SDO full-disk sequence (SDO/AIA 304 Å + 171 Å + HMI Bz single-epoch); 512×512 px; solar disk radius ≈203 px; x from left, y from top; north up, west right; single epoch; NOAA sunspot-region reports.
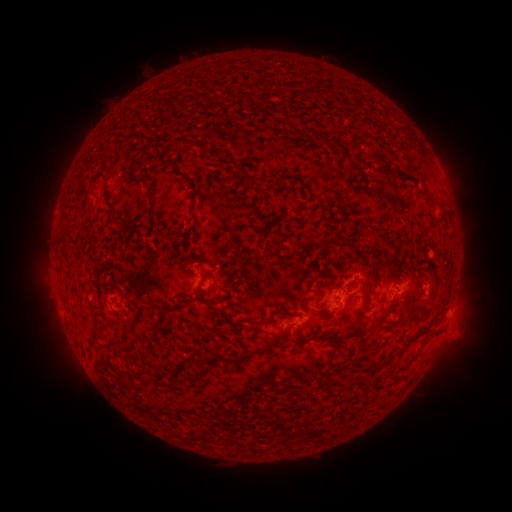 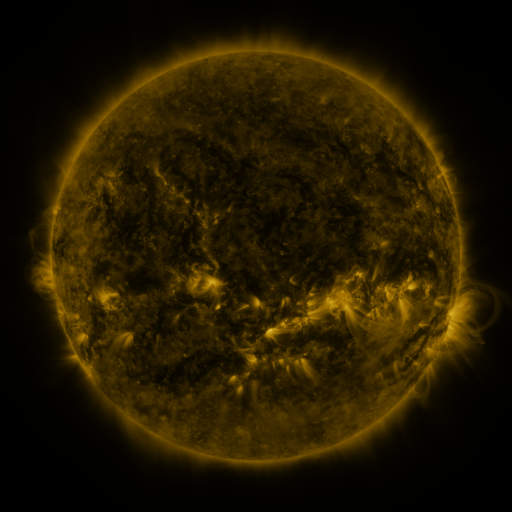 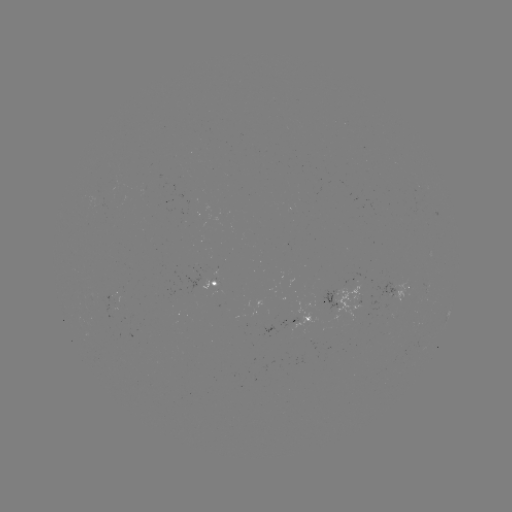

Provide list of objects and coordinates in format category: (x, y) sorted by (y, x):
spotted active region: (220, 284)
spotted active region: (403, 285)
spotted active region: (352, 298)
spotted active region: (448, 314)
spotted active region: (302, 318)
